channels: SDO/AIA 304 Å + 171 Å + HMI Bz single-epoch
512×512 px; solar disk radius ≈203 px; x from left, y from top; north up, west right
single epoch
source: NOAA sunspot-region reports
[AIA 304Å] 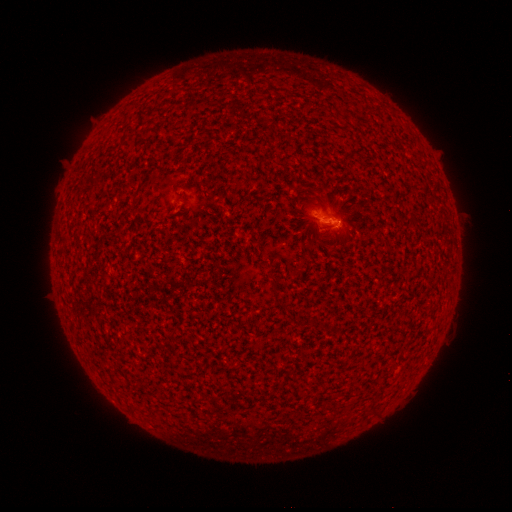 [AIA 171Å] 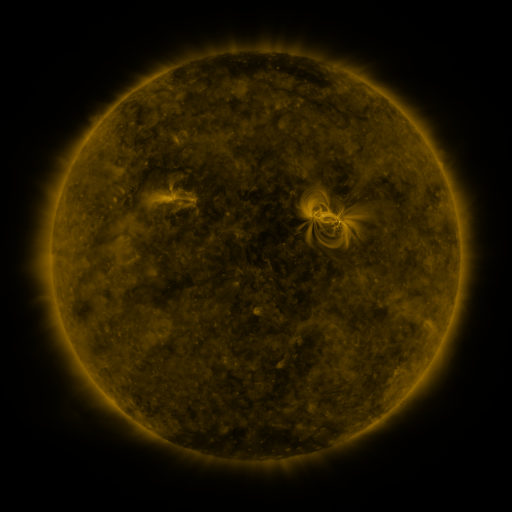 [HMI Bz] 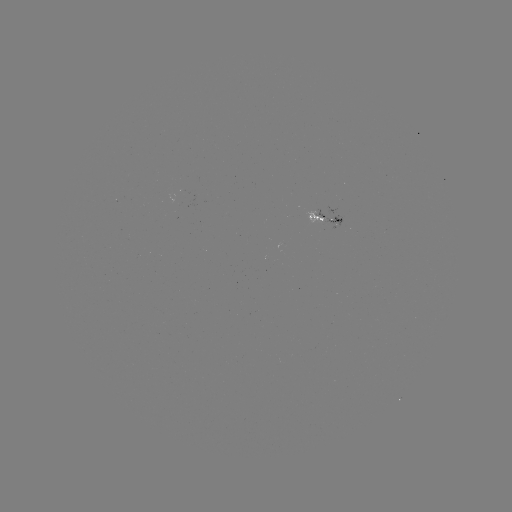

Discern spotted active region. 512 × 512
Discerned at [325, 216].